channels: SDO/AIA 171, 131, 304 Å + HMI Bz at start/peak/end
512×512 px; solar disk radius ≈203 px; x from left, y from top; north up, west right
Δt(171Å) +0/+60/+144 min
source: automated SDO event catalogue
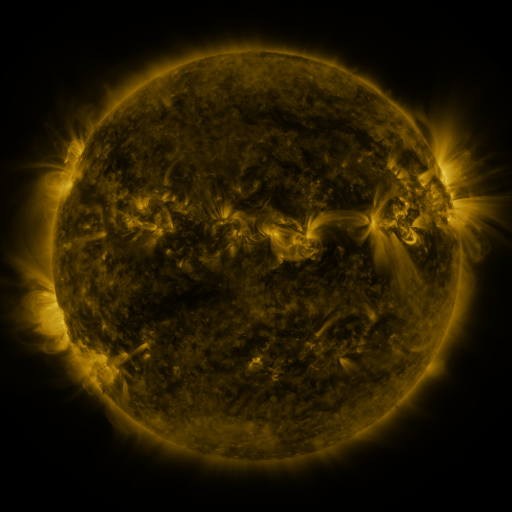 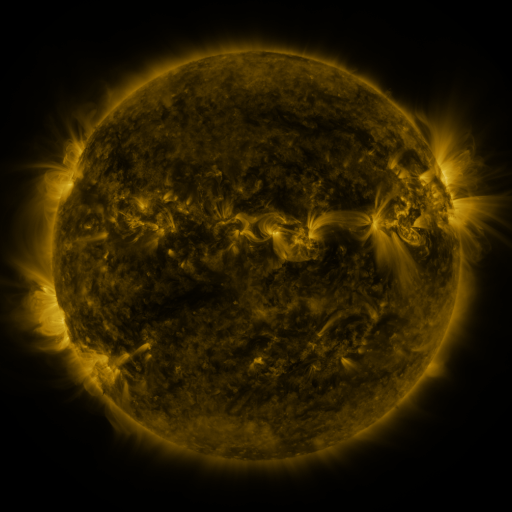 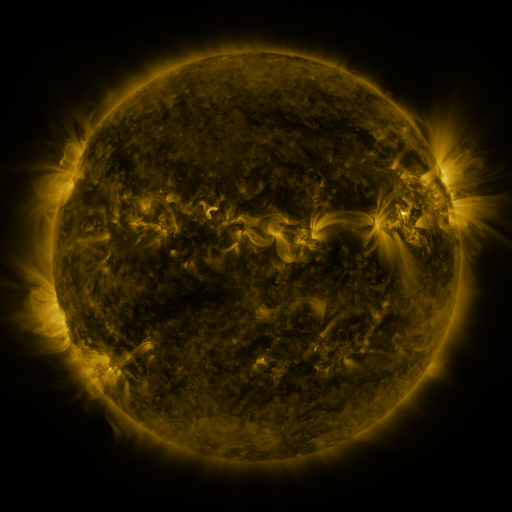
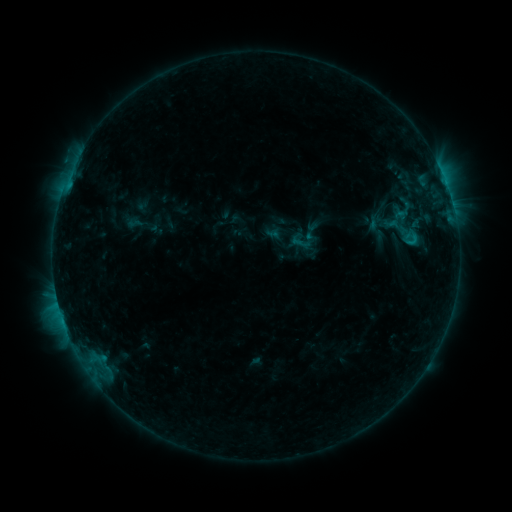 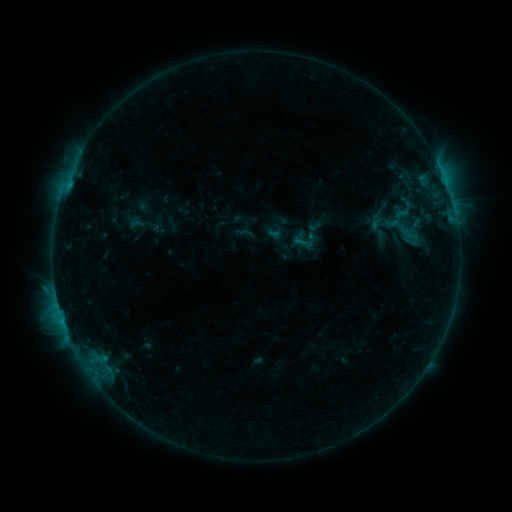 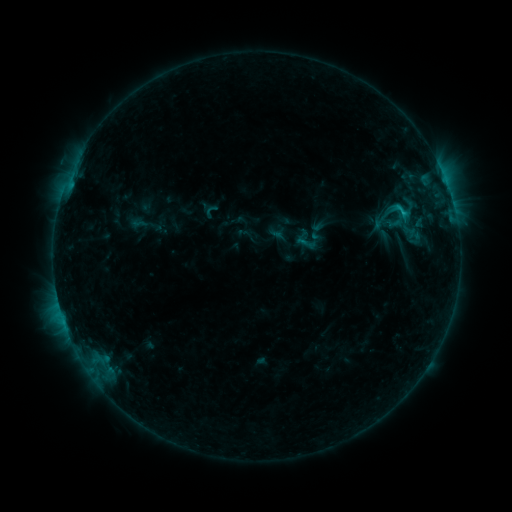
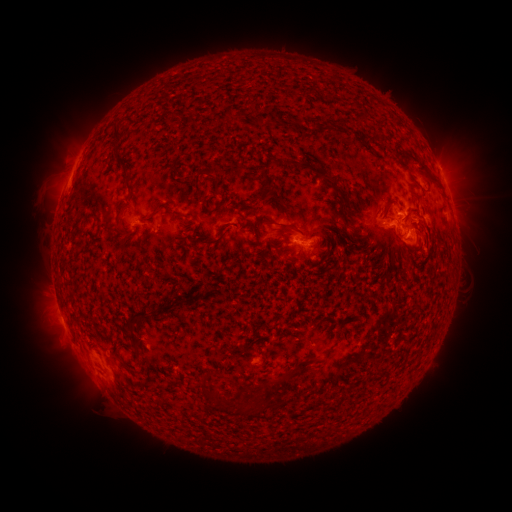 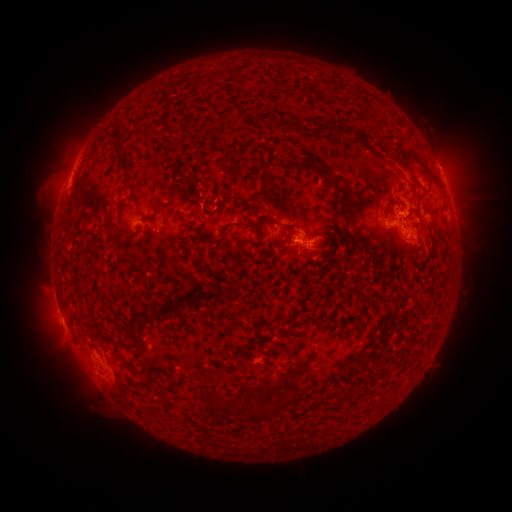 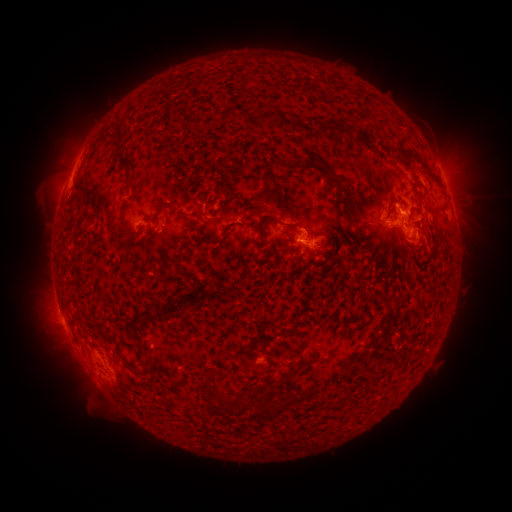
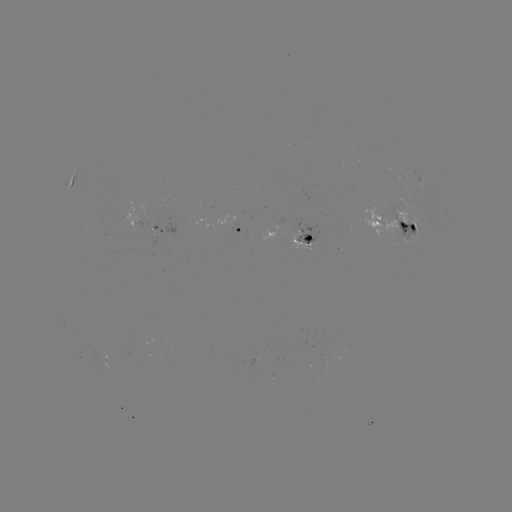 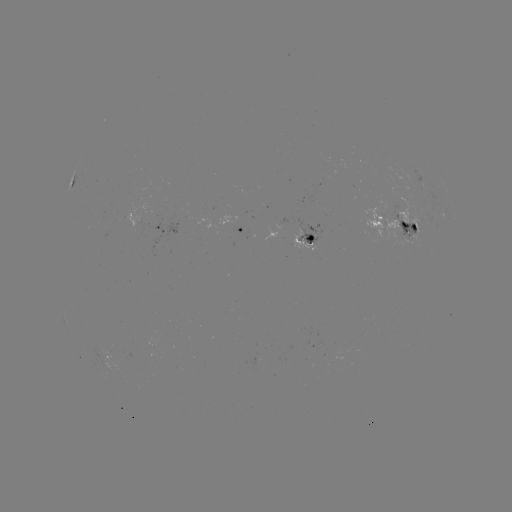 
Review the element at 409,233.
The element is emerging-flux region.